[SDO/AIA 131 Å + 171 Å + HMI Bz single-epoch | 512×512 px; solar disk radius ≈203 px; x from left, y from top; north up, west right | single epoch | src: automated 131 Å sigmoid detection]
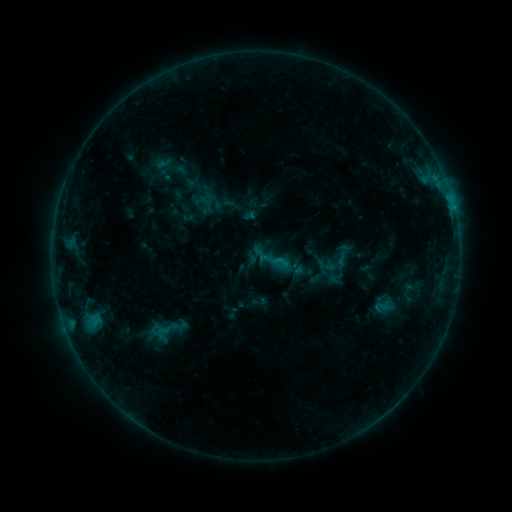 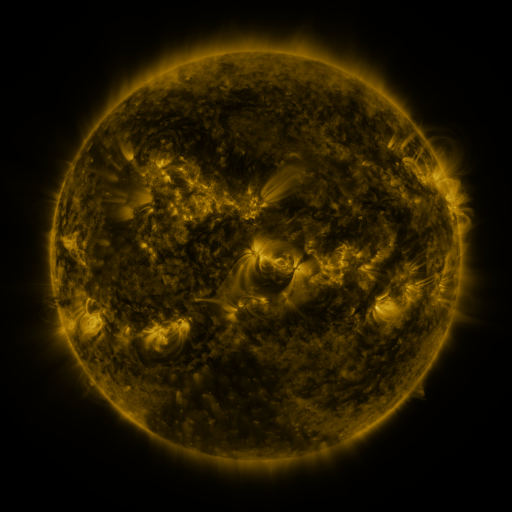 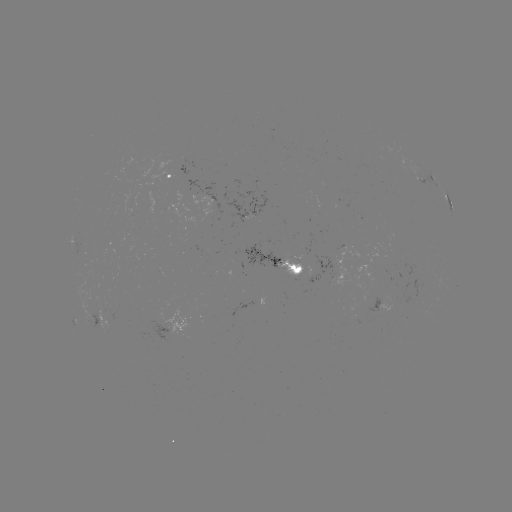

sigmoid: (373, 298, 389, 316)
